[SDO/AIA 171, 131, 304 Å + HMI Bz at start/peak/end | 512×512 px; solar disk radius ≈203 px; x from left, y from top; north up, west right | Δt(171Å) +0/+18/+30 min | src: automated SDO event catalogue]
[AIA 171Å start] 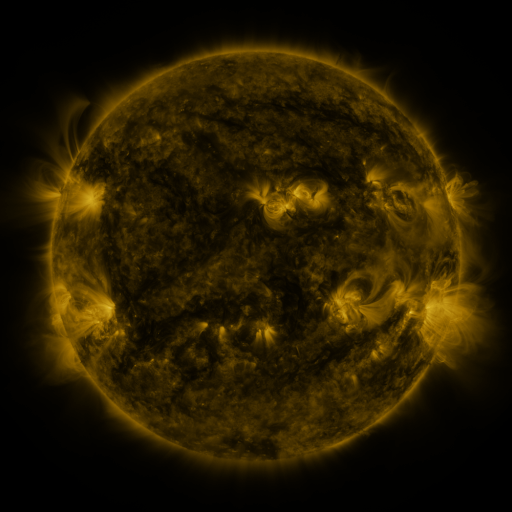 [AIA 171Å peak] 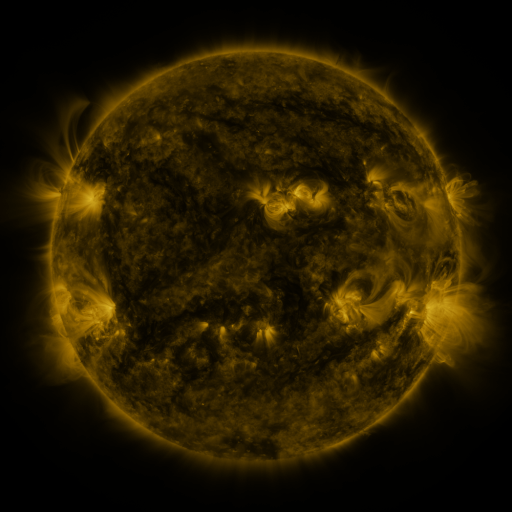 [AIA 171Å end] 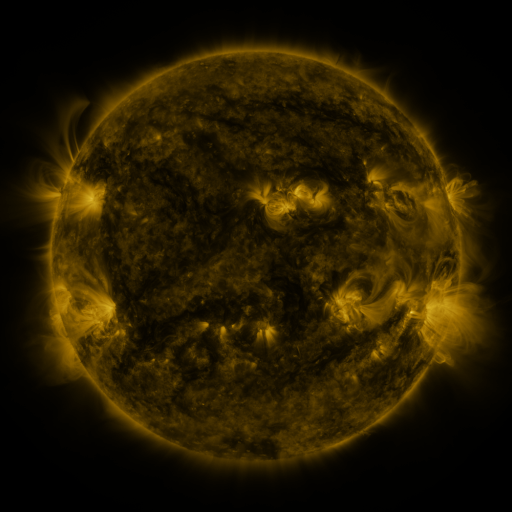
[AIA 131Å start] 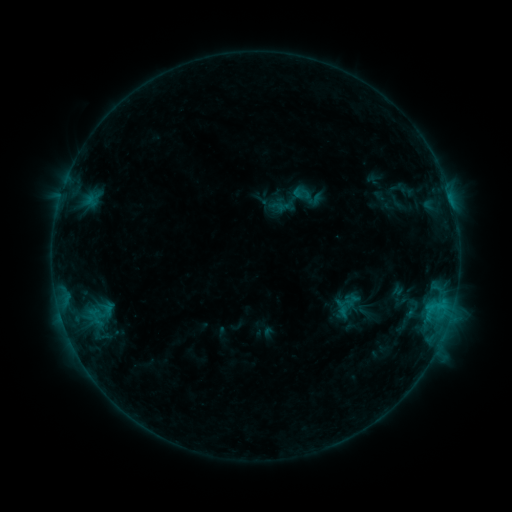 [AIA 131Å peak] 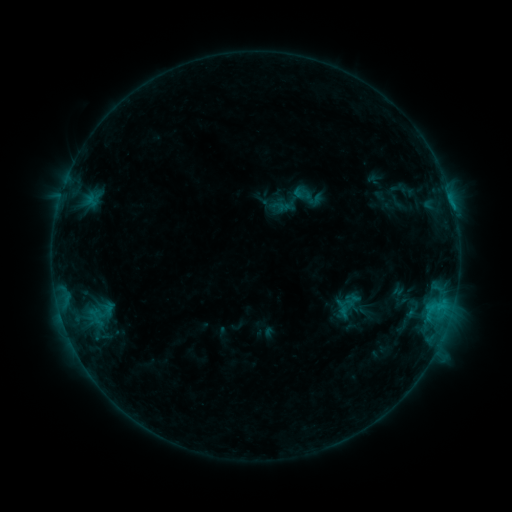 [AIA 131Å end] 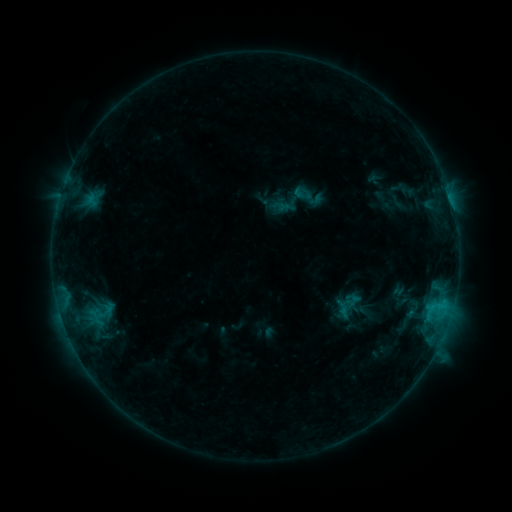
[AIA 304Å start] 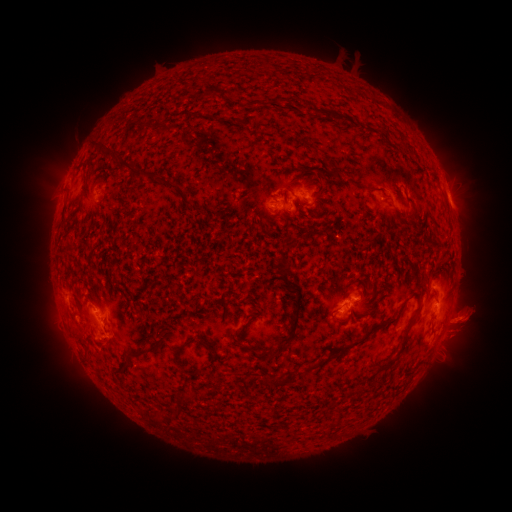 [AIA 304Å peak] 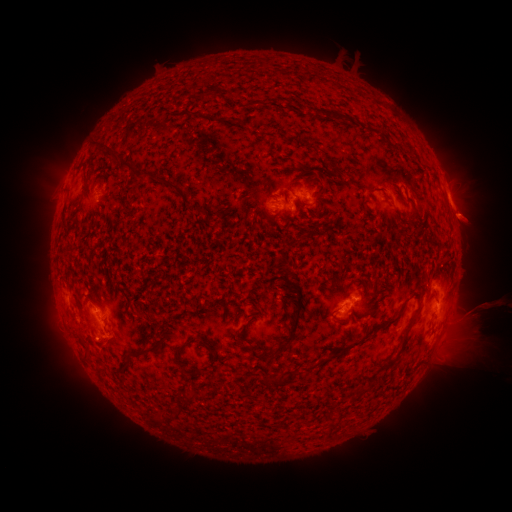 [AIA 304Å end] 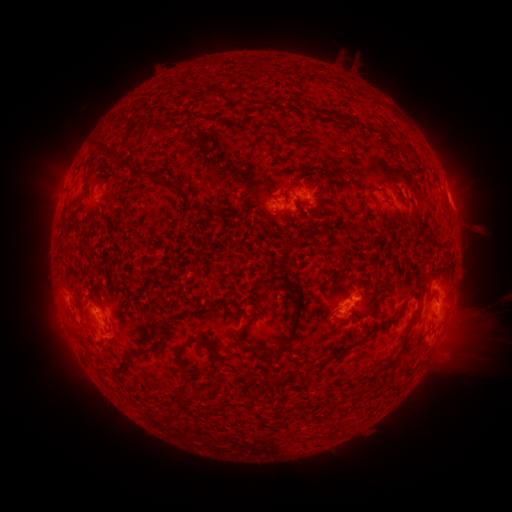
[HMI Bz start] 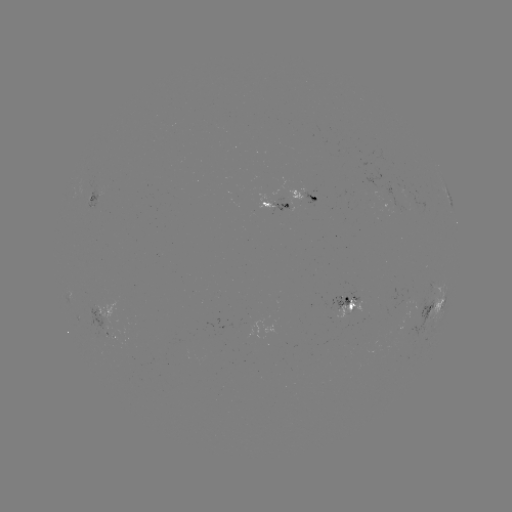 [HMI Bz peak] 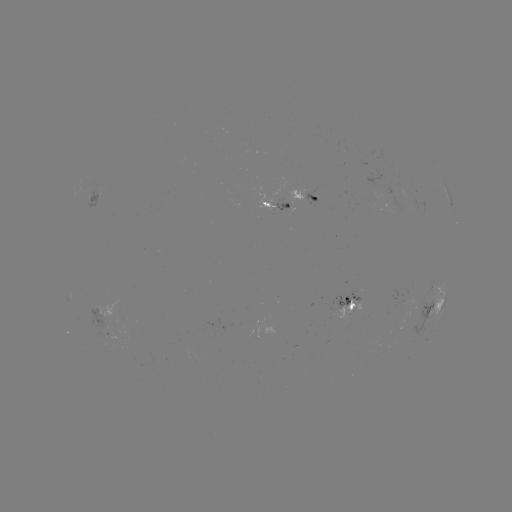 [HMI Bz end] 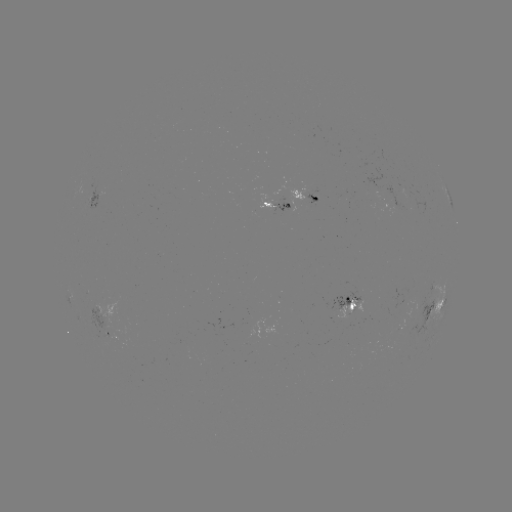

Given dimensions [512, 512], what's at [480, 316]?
eruption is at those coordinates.